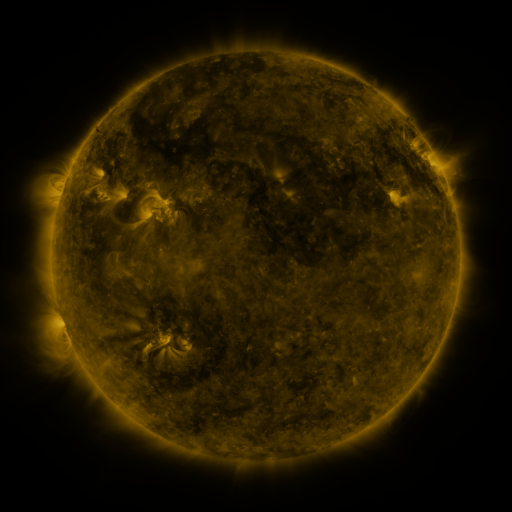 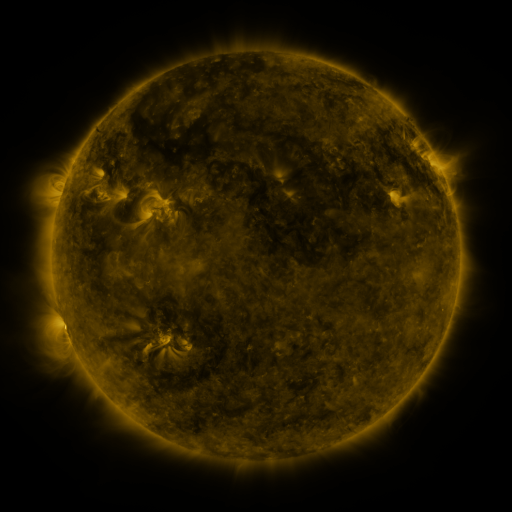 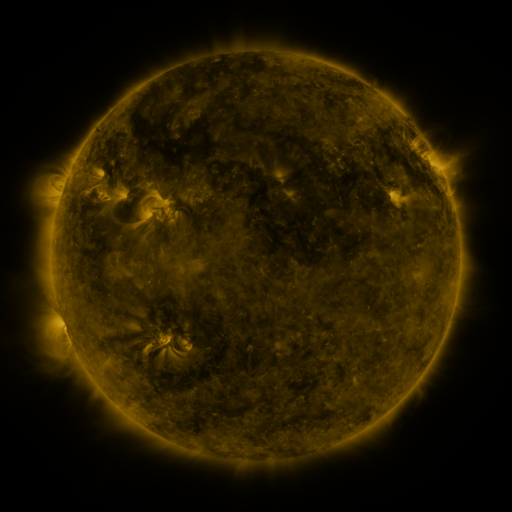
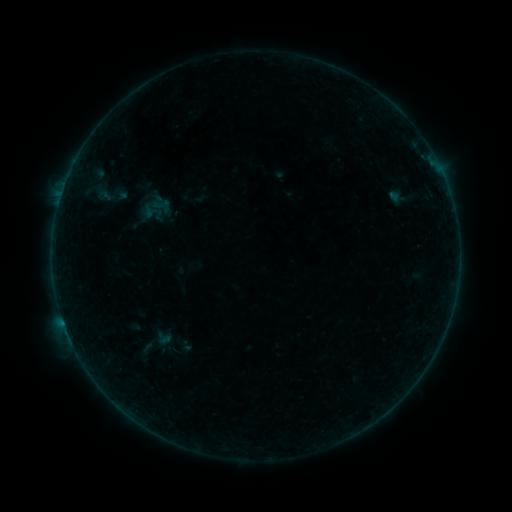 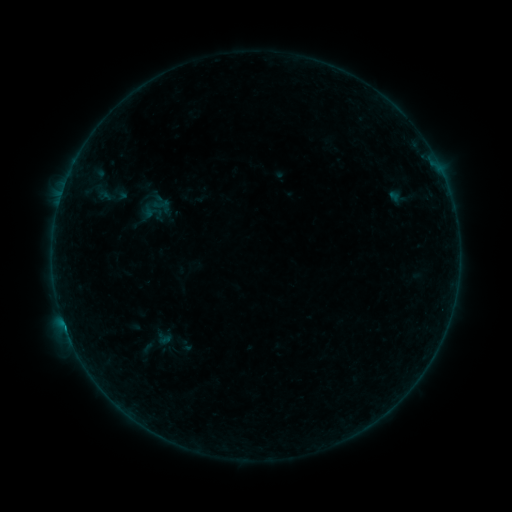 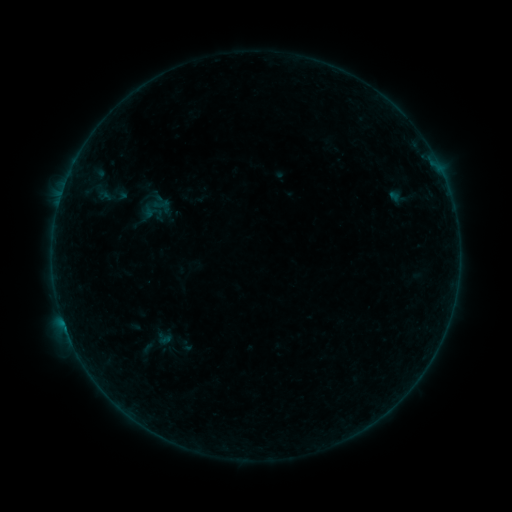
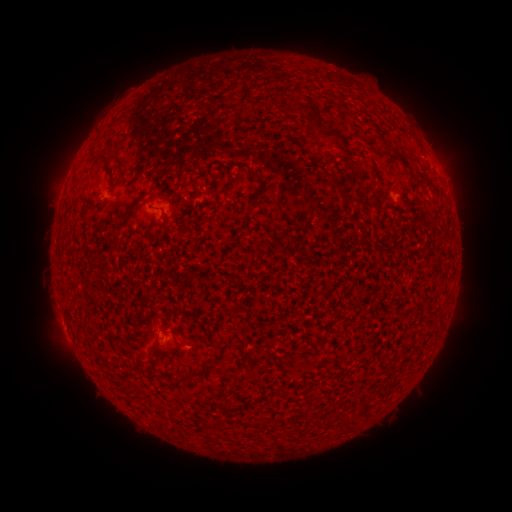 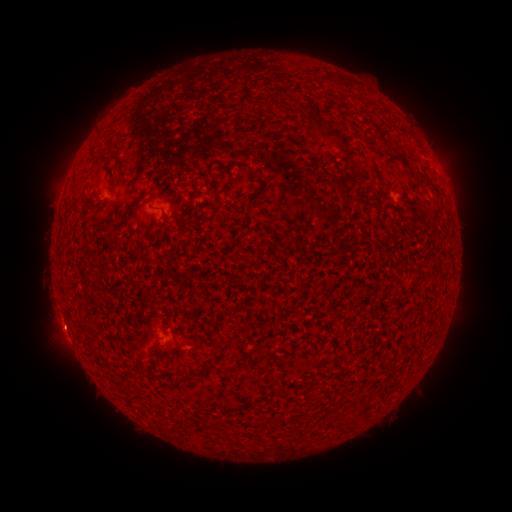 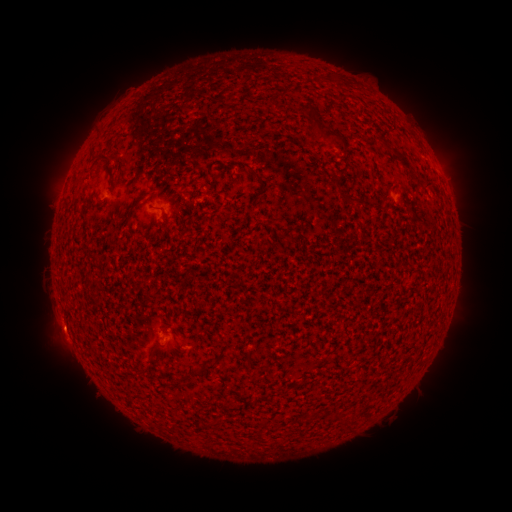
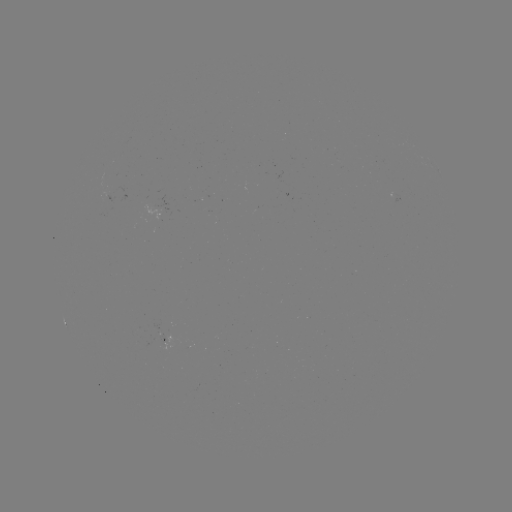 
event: flare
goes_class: B1.0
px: (65, 325)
